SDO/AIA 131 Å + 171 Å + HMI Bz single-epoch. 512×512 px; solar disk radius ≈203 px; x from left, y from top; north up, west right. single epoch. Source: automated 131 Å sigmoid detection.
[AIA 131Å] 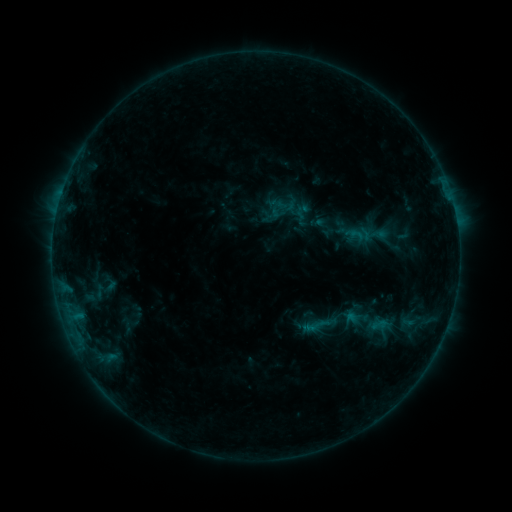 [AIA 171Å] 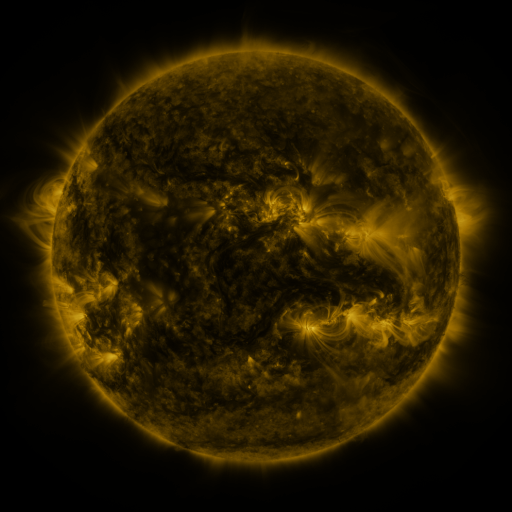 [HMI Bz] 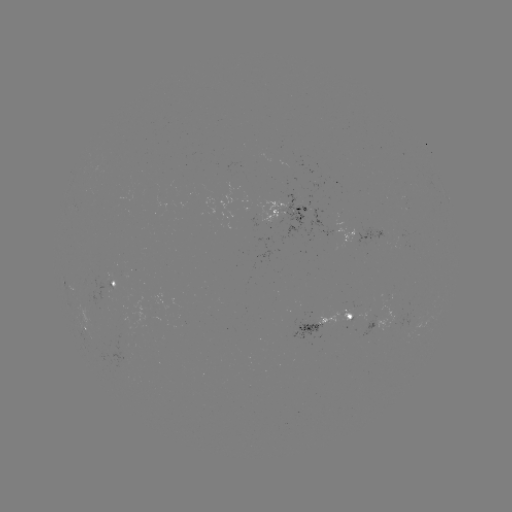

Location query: sigmoid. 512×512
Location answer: (315, 326).